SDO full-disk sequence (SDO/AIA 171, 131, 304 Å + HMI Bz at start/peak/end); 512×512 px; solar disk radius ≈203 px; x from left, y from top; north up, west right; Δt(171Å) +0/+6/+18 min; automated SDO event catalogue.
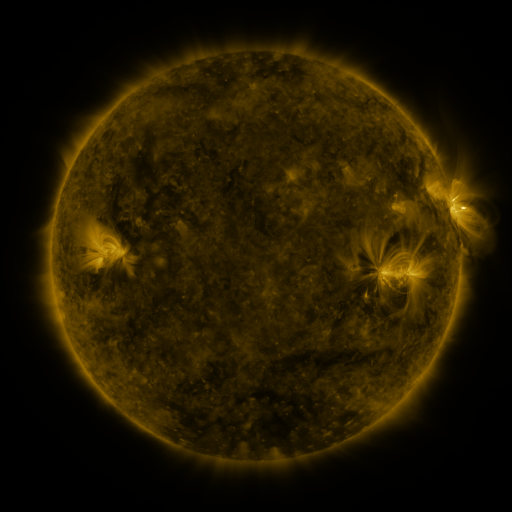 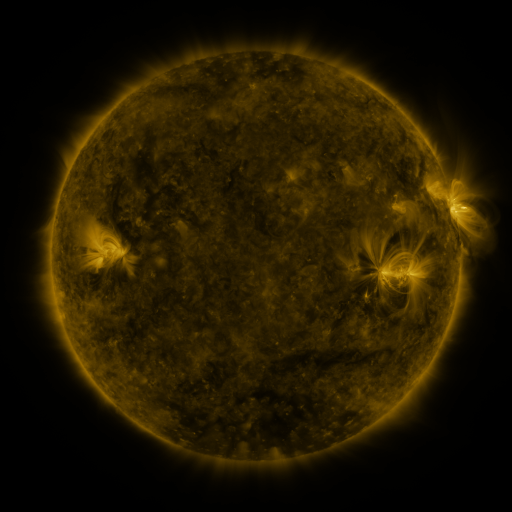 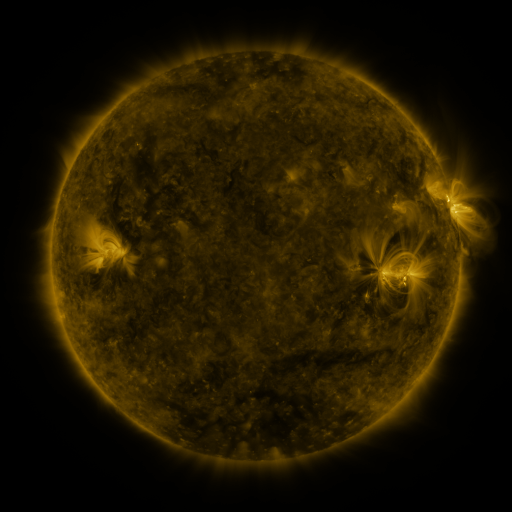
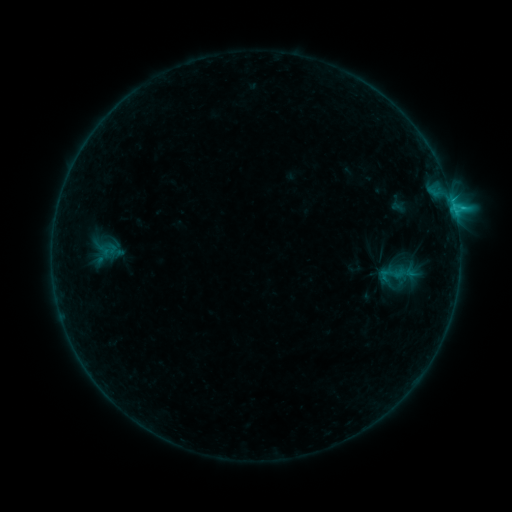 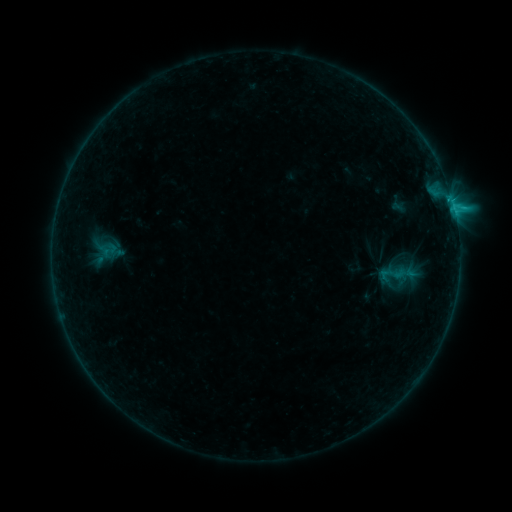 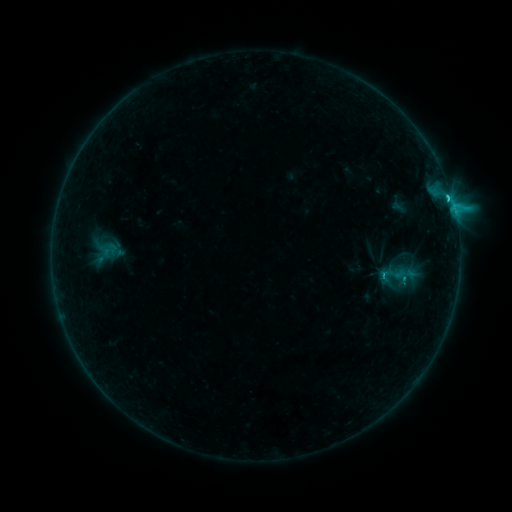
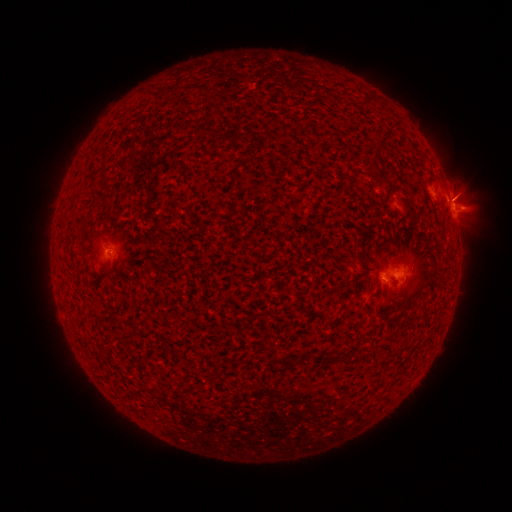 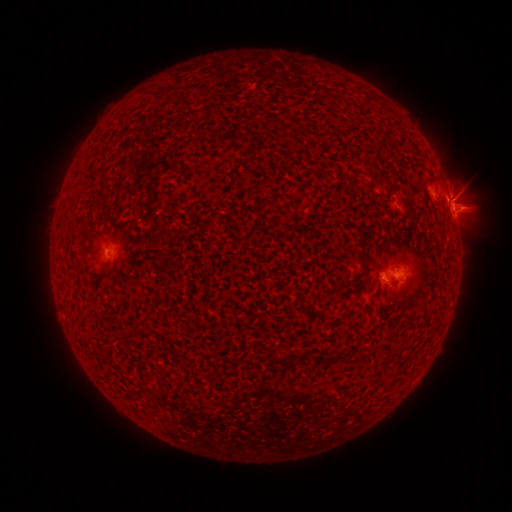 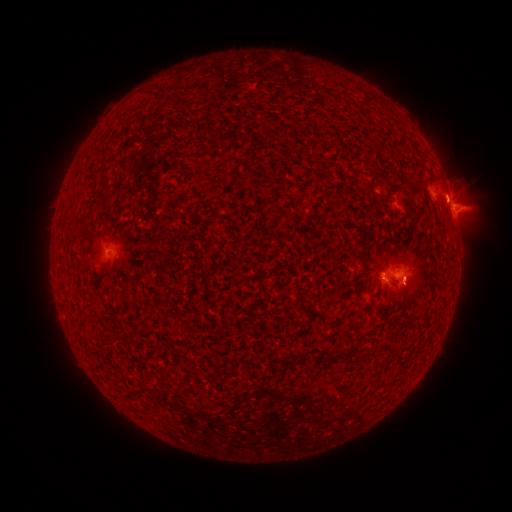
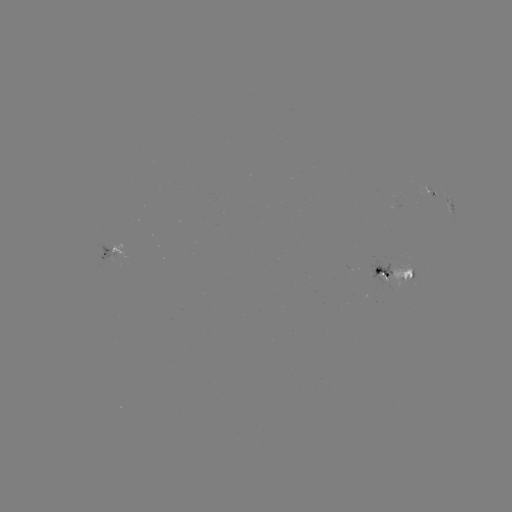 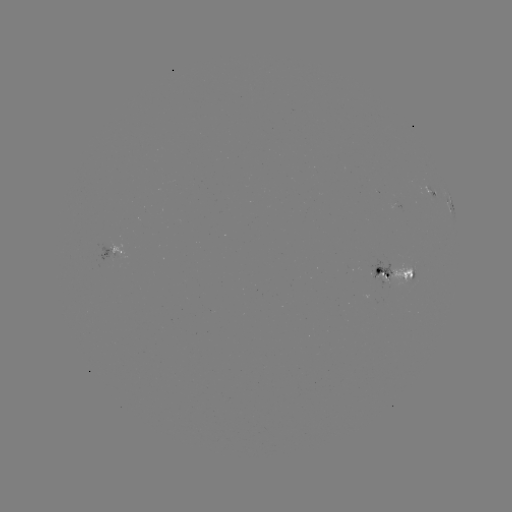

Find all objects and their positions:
C2.3 flare: (448, 202)
